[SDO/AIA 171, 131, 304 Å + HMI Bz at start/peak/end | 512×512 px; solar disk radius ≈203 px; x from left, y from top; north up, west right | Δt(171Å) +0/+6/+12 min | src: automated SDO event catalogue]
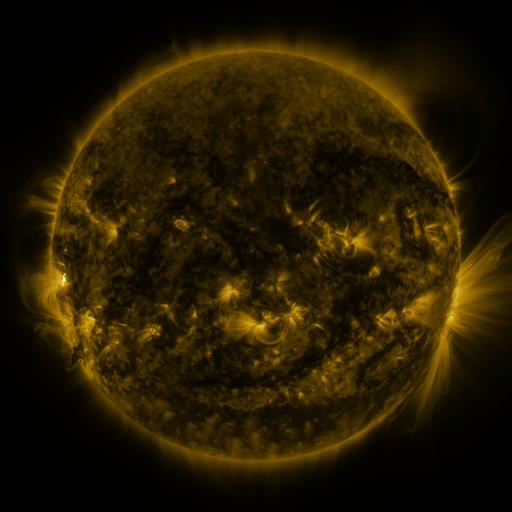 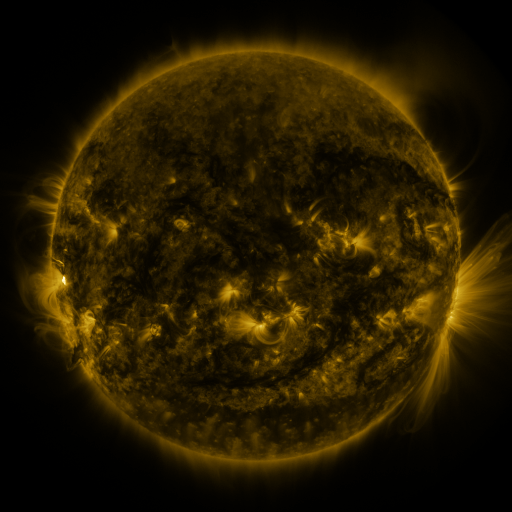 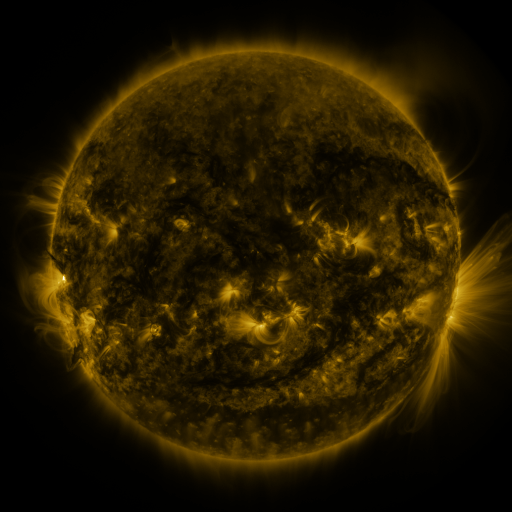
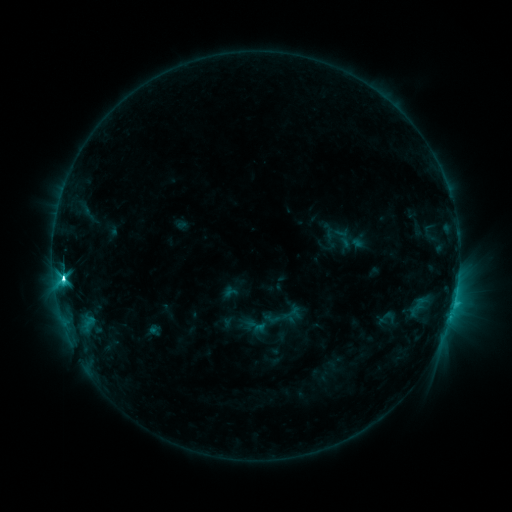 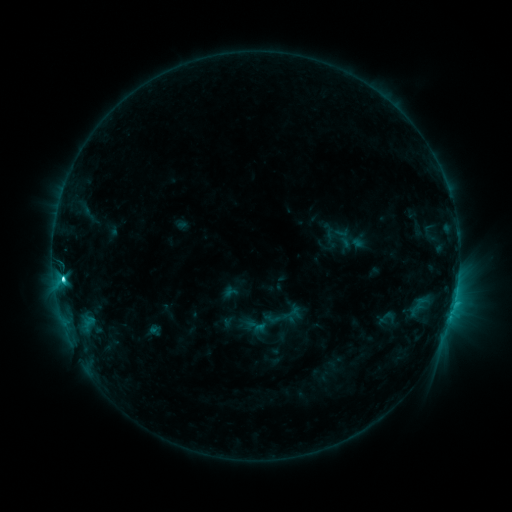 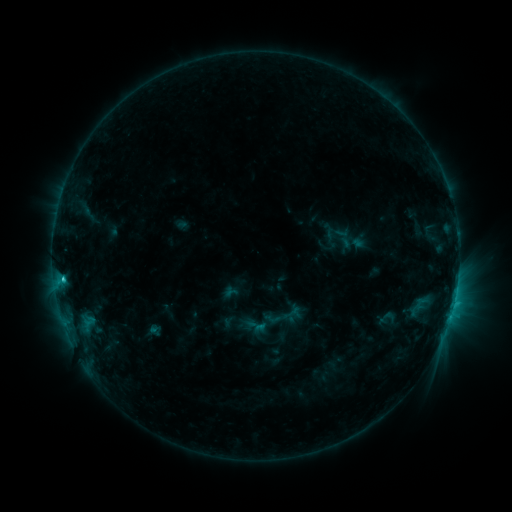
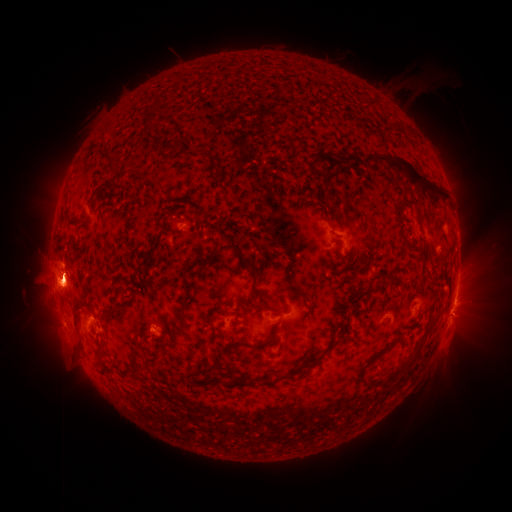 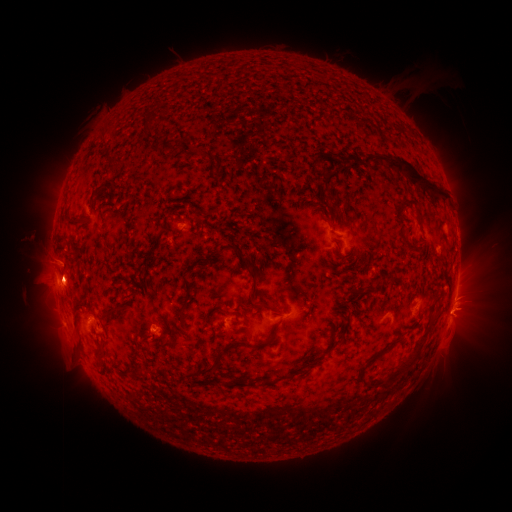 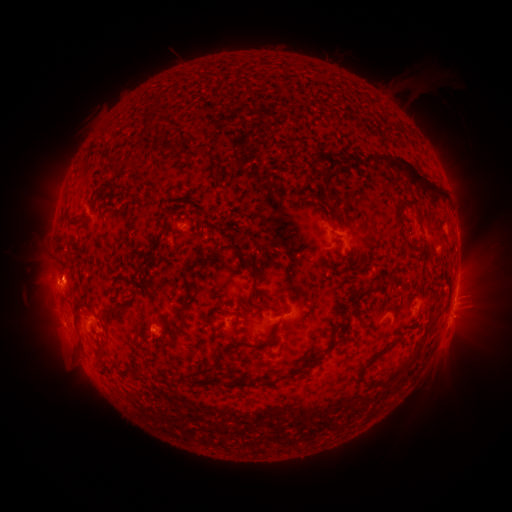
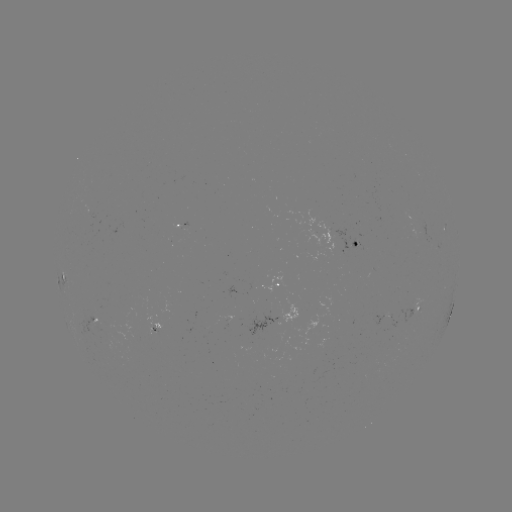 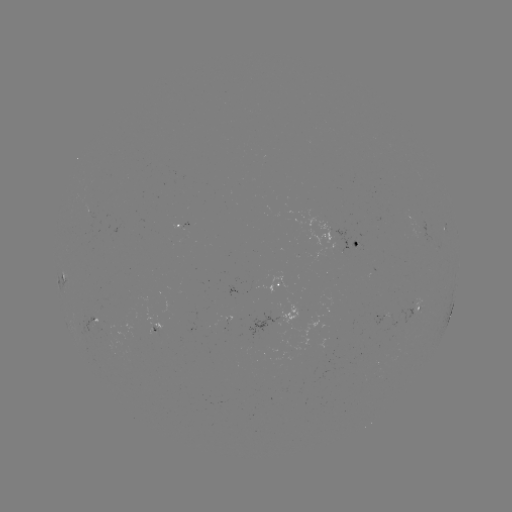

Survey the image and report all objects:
eruption: (469, 310)
